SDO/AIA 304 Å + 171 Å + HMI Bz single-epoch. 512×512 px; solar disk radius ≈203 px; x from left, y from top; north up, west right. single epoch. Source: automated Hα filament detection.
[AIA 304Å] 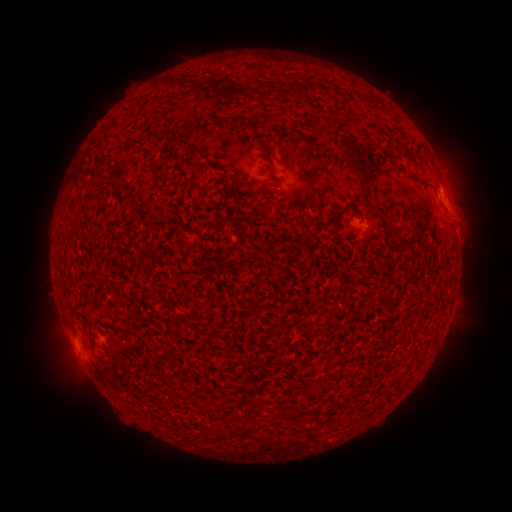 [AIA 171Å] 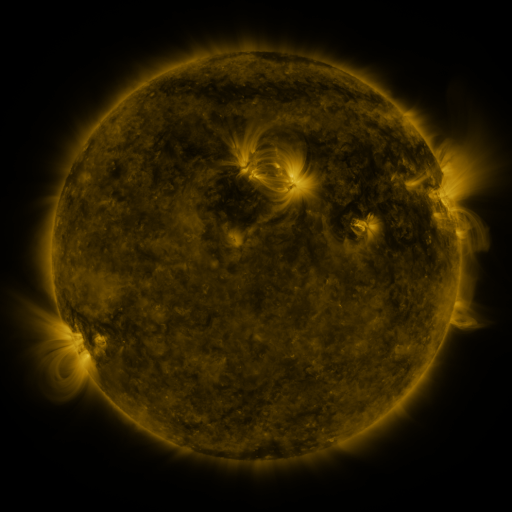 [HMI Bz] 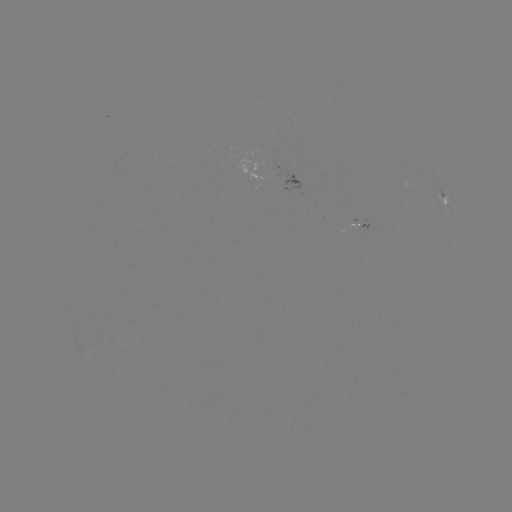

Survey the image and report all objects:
filament: [168, 74, 190, 87]
filament: [302, 84, 320, 96]
filament: [242, 89, 256, 101]
filament: [335, 138, 370, 189]
filament: [208, 424, 220, 437]
